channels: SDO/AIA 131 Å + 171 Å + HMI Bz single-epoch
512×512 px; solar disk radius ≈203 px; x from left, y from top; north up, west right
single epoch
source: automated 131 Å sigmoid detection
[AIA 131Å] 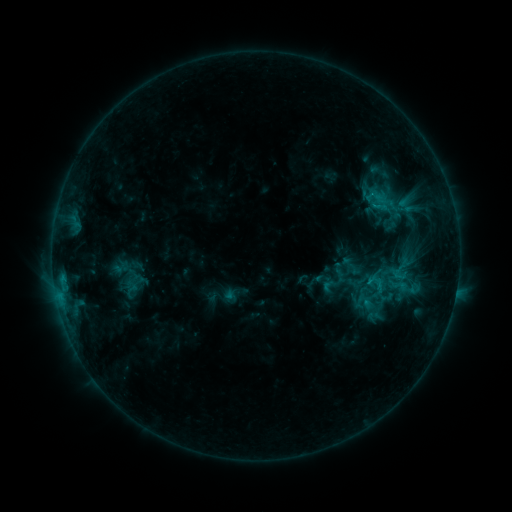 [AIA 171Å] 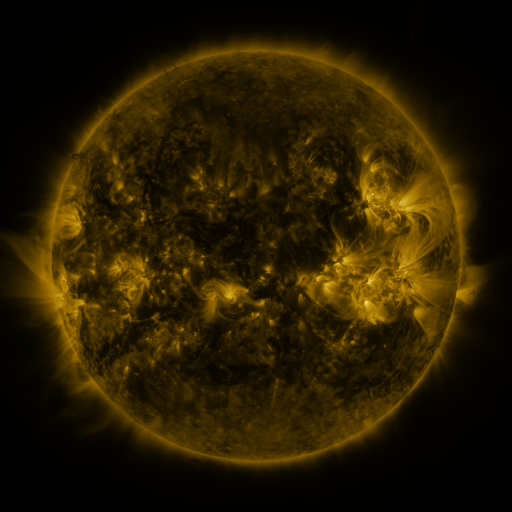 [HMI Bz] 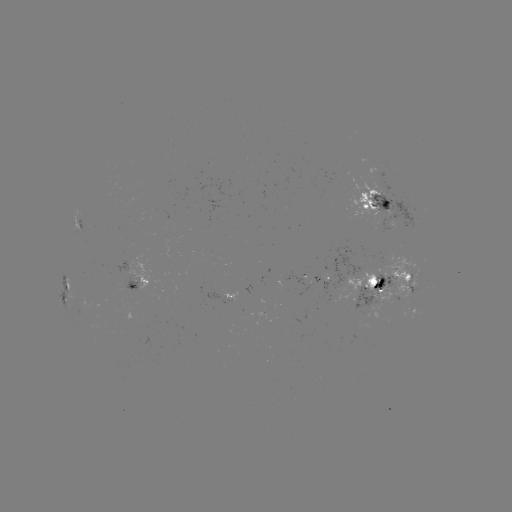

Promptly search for sigmoid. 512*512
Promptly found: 402,269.